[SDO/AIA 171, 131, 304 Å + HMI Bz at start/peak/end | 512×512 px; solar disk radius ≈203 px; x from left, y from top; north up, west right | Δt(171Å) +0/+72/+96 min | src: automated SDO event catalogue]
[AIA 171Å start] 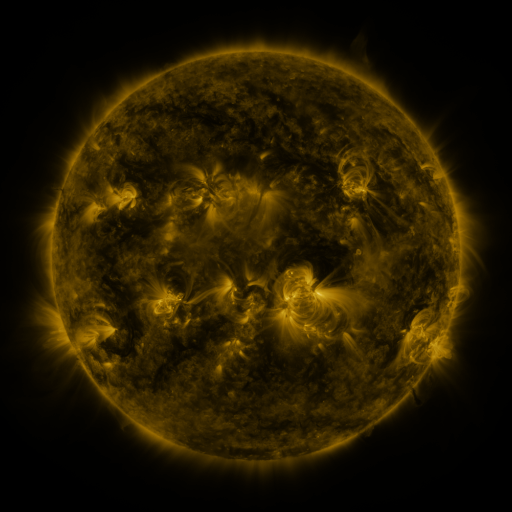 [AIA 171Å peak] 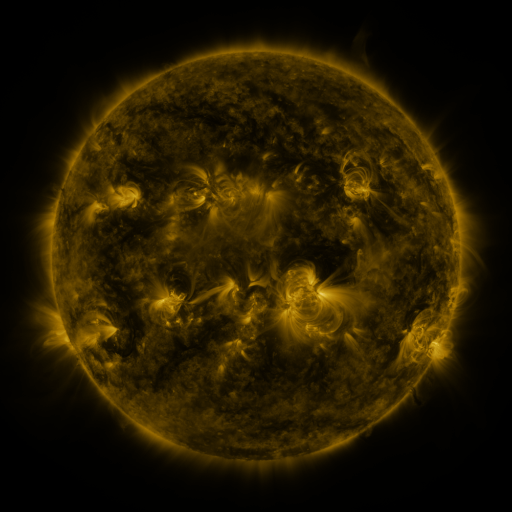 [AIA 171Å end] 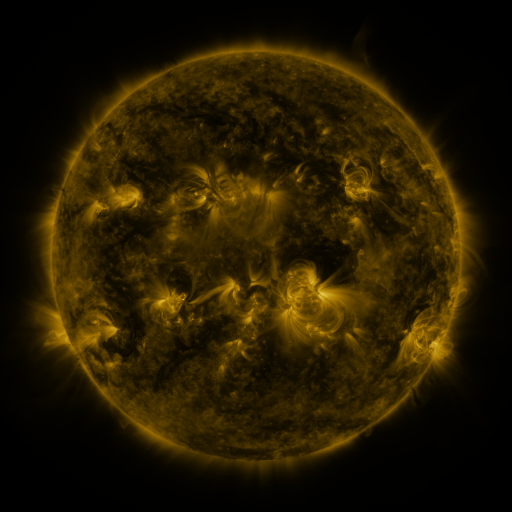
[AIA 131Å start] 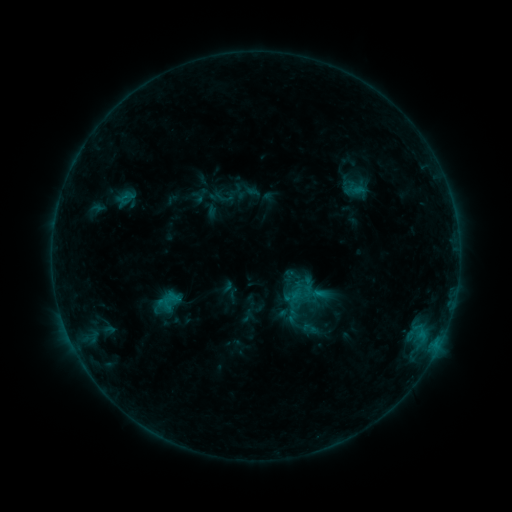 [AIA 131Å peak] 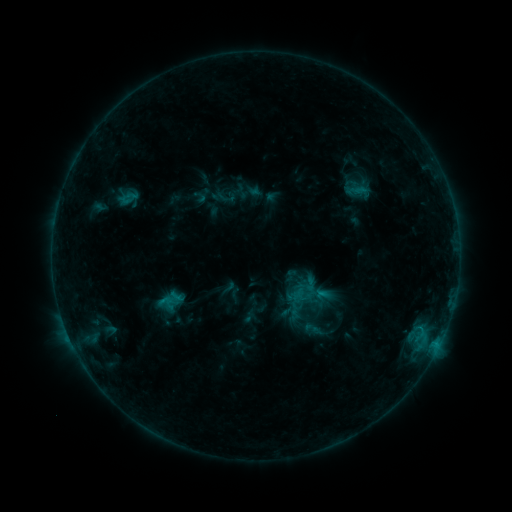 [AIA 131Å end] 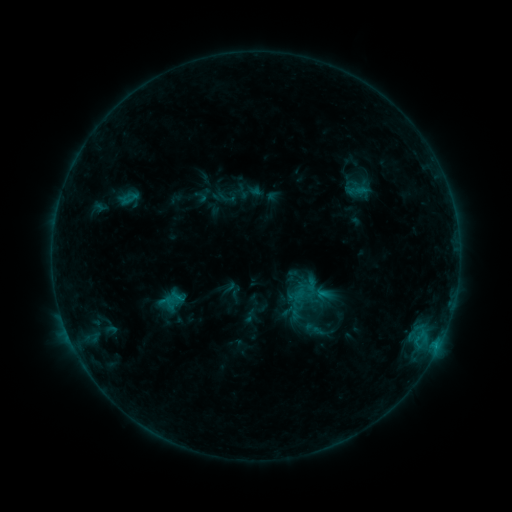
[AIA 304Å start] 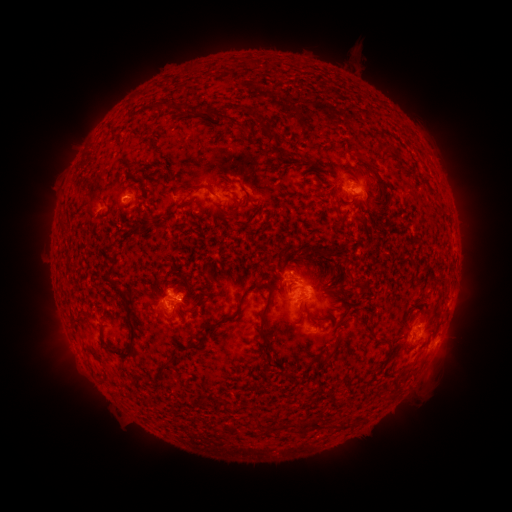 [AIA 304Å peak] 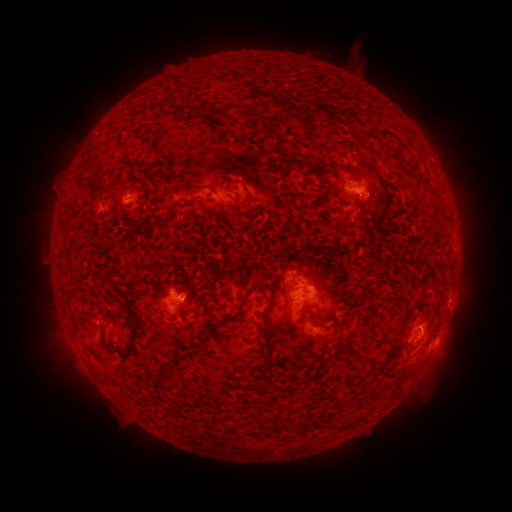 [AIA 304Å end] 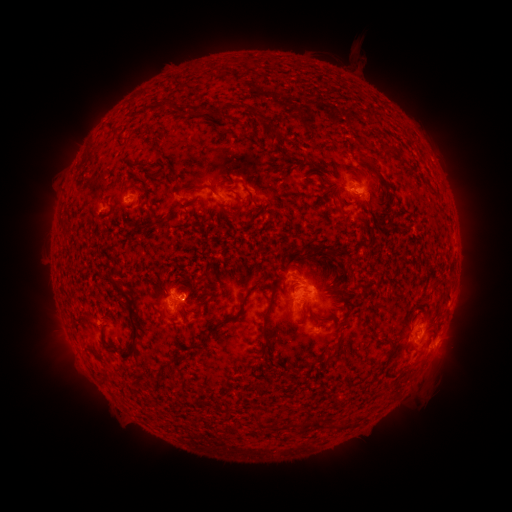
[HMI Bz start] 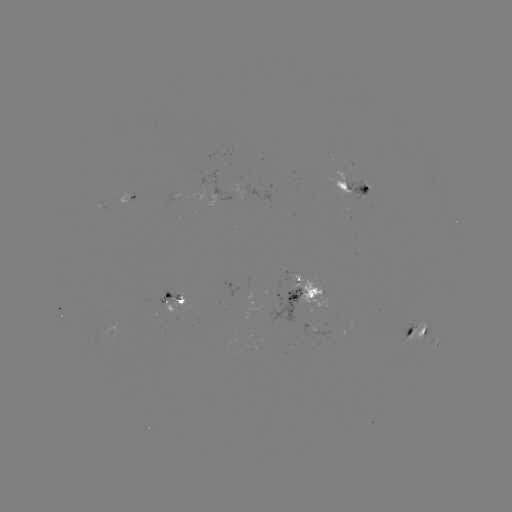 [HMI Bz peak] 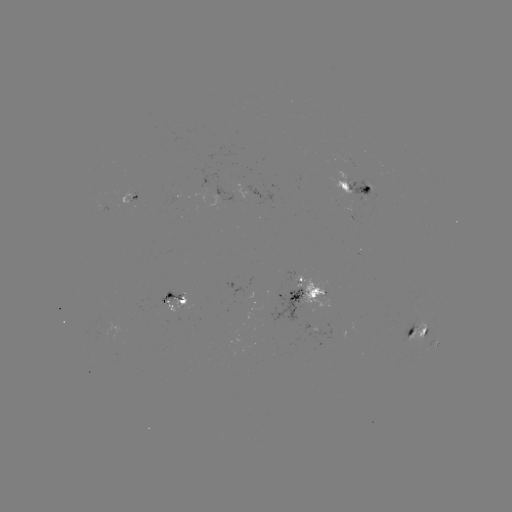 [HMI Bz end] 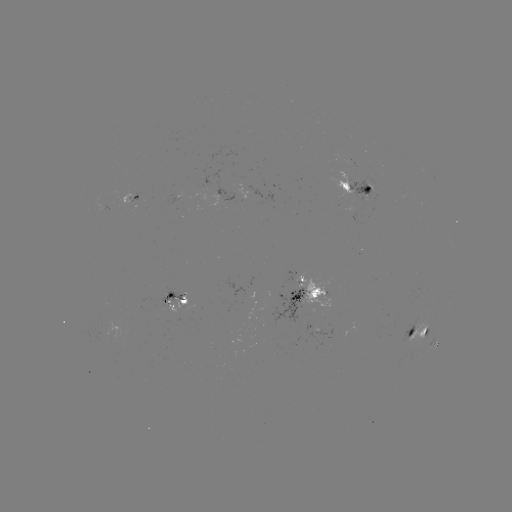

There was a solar emerging-flux region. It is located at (102, 336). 